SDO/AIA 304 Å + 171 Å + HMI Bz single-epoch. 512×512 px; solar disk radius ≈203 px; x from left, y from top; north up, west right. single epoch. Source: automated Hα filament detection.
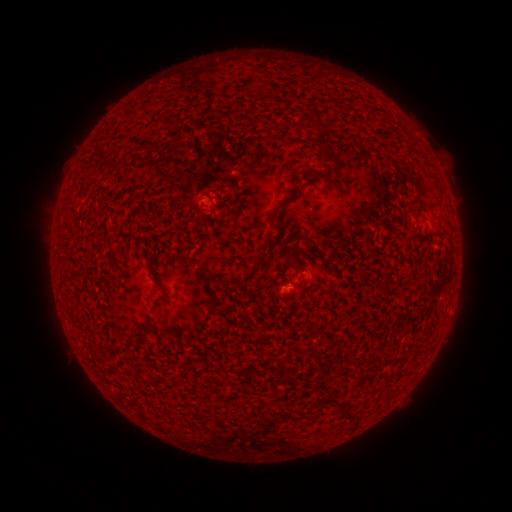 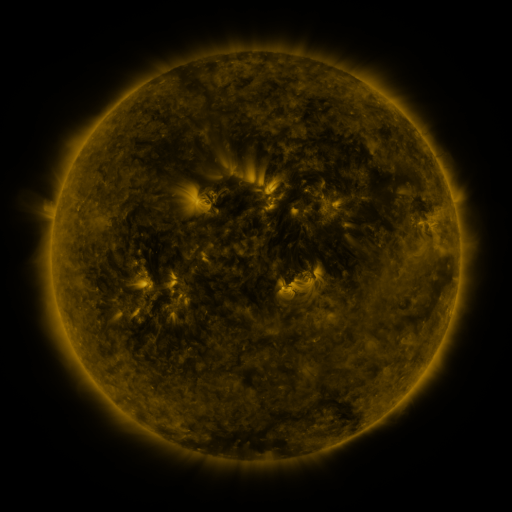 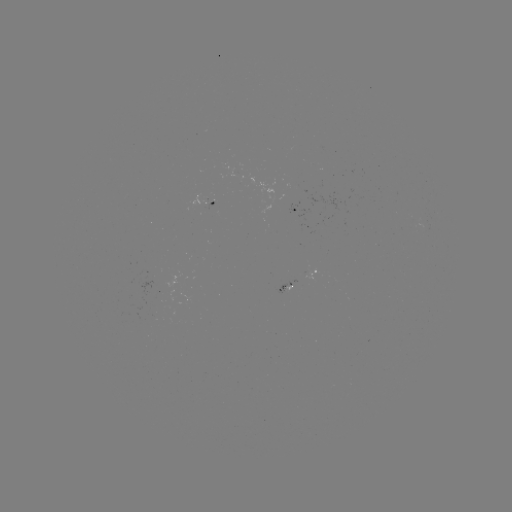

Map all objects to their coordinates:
filament: (316, 117)
filament: (331, 156)
filament: (305, 171)
filament: (411, 204)
filament: (262, 254)
filament: (257, 269)
